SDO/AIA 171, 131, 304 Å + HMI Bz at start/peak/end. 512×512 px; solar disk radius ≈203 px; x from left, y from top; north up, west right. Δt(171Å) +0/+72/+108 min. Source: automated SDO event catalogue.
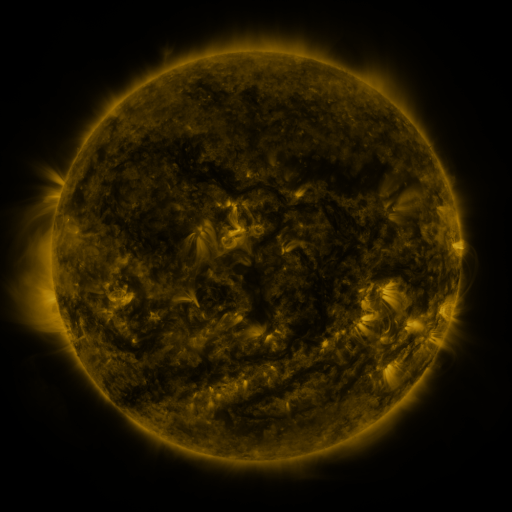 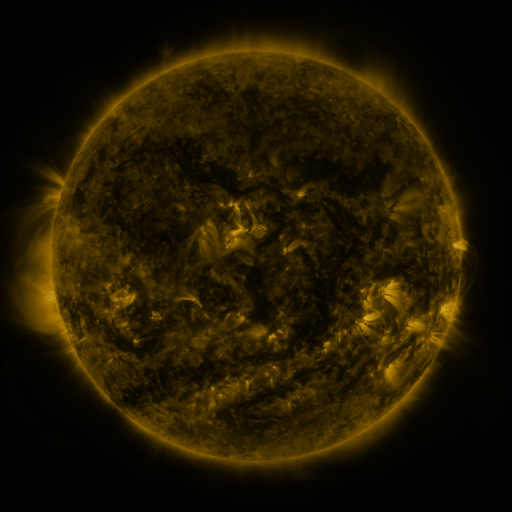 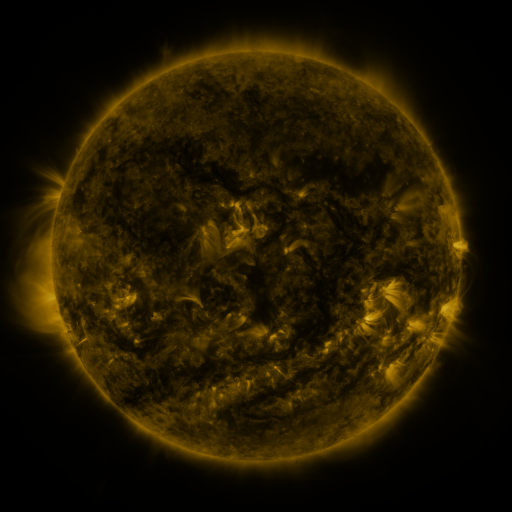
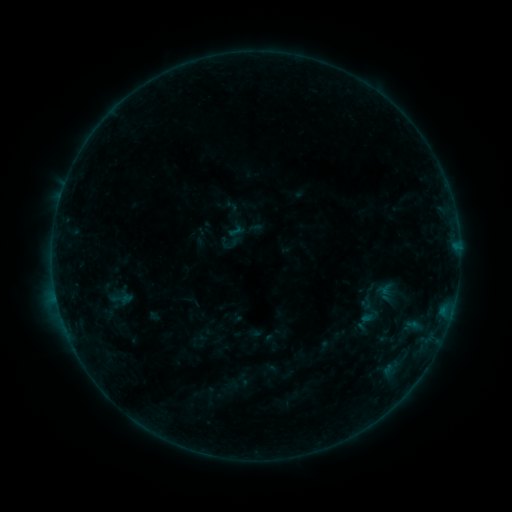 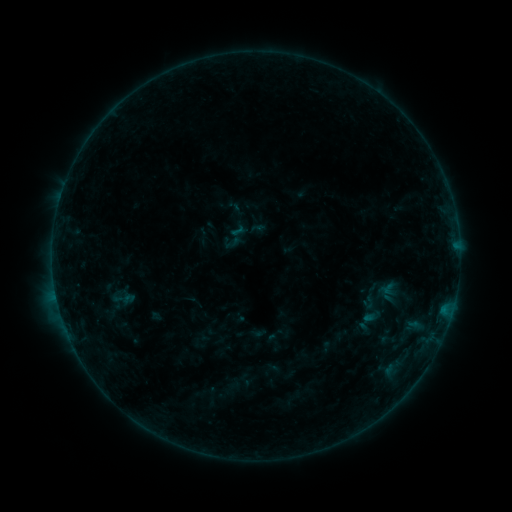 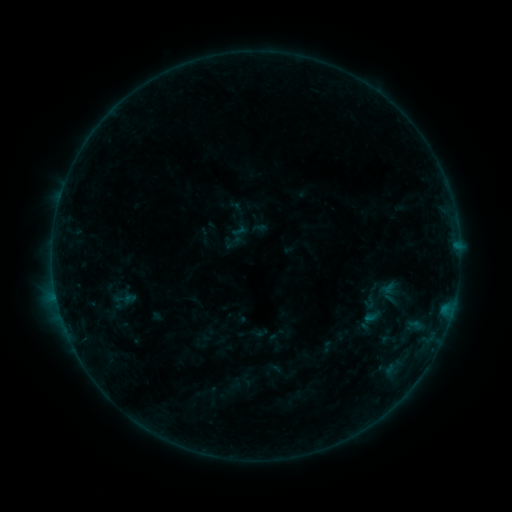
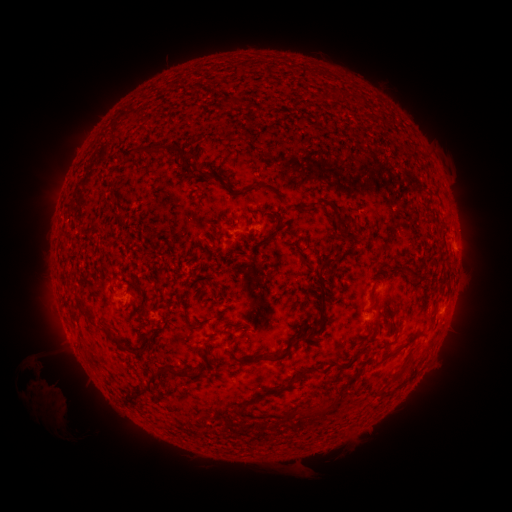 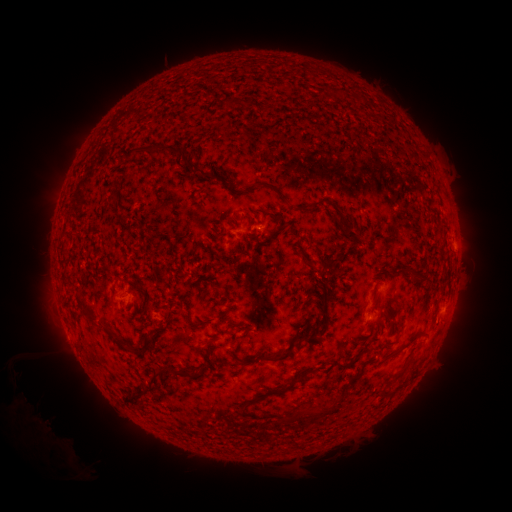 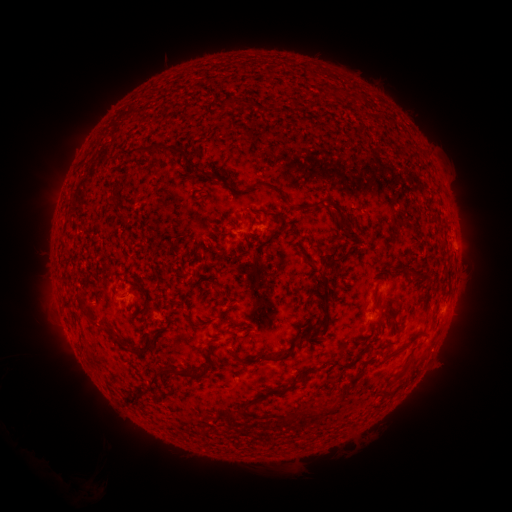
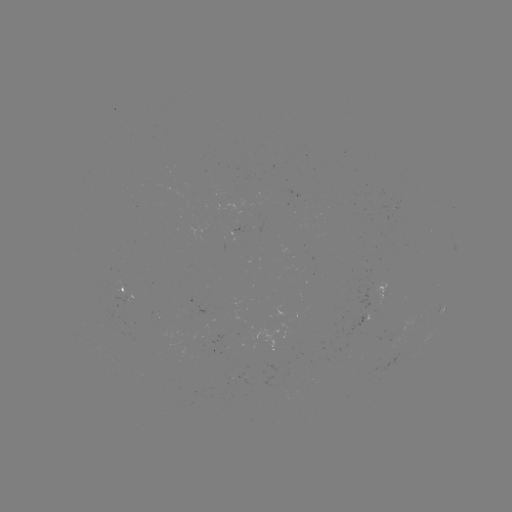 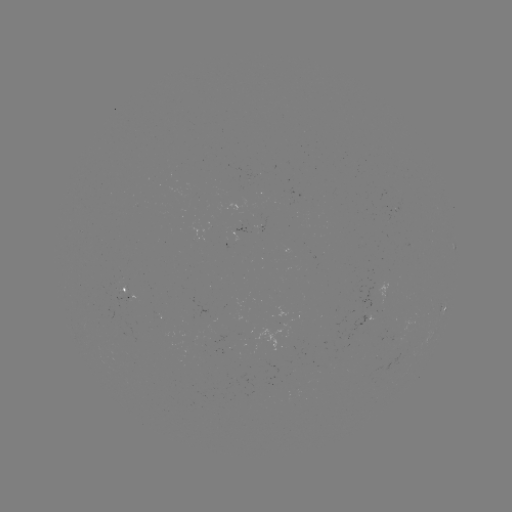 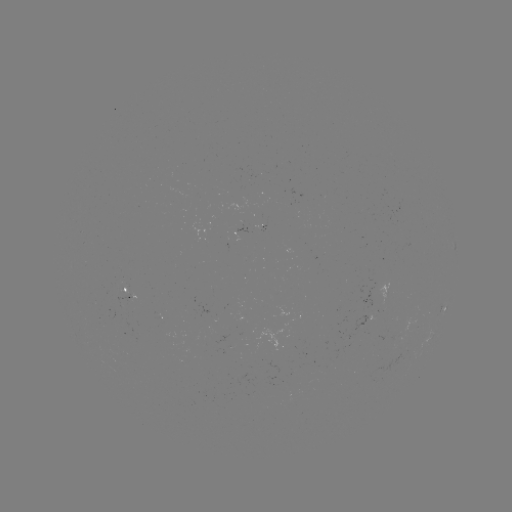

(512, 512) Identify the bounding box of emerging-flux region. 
[367, 271, 386, 301].